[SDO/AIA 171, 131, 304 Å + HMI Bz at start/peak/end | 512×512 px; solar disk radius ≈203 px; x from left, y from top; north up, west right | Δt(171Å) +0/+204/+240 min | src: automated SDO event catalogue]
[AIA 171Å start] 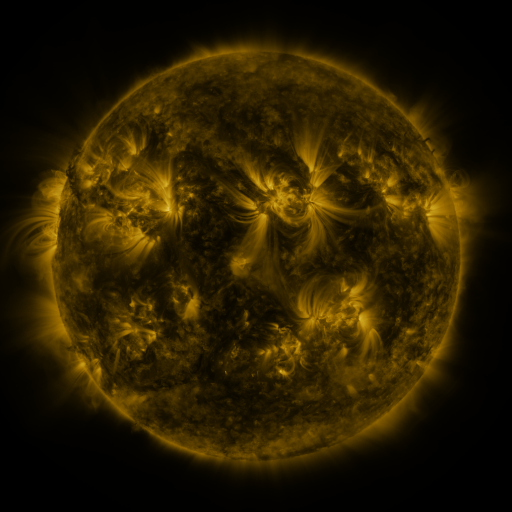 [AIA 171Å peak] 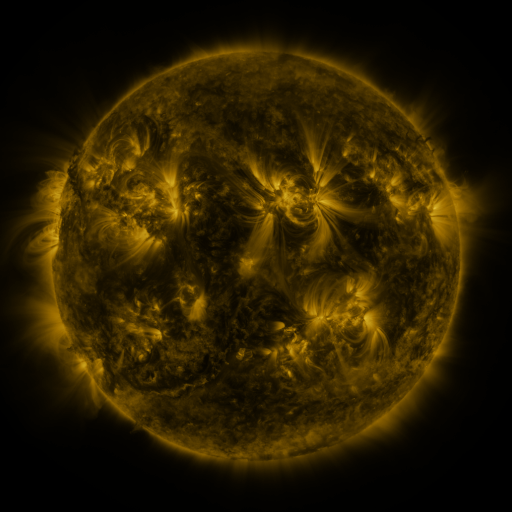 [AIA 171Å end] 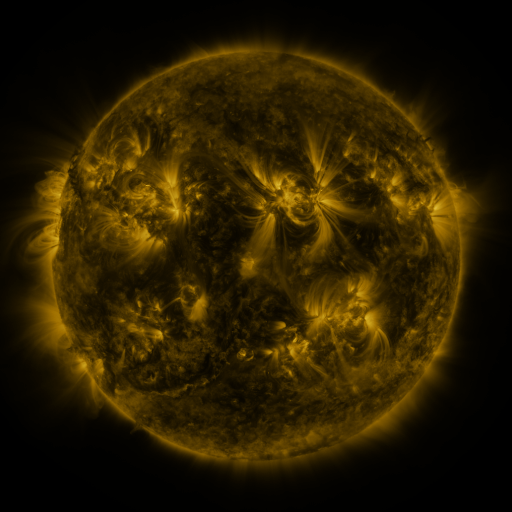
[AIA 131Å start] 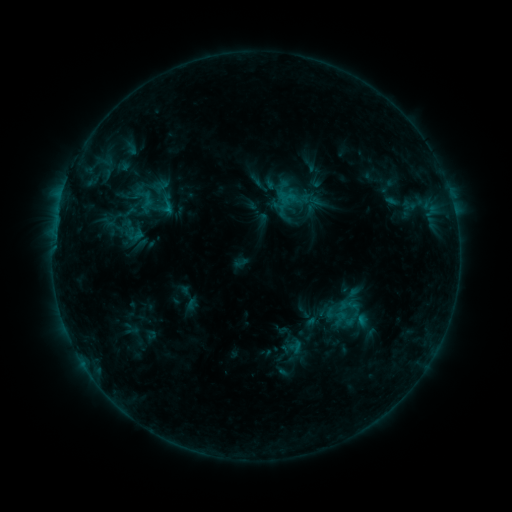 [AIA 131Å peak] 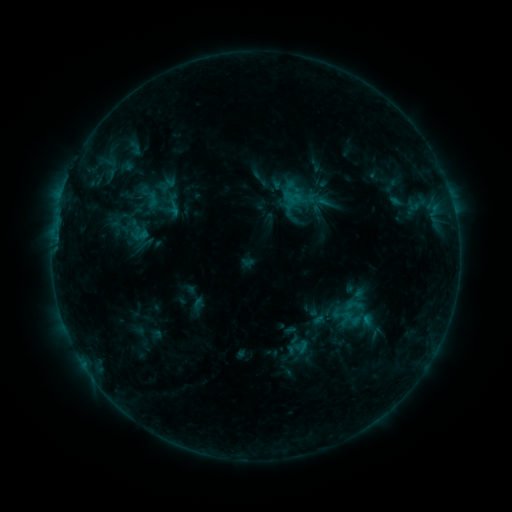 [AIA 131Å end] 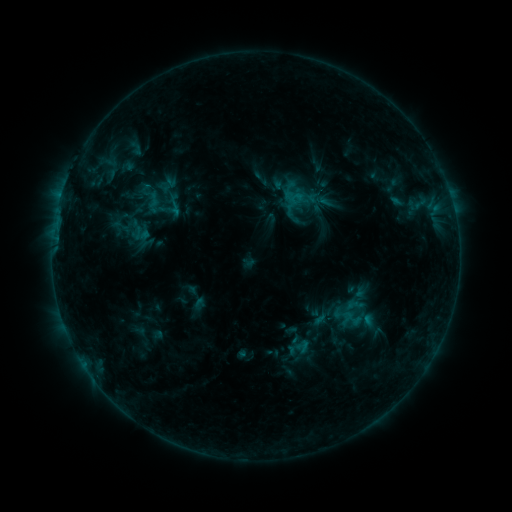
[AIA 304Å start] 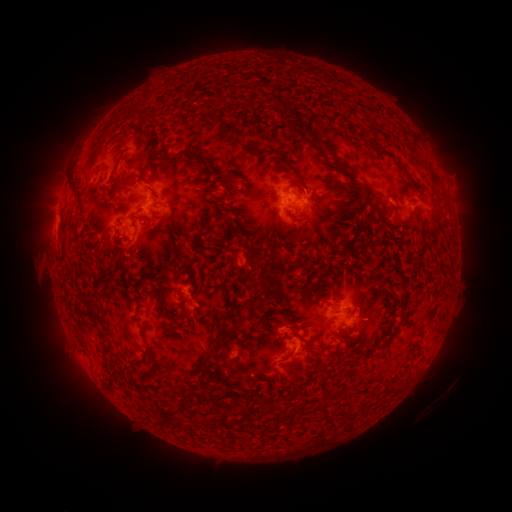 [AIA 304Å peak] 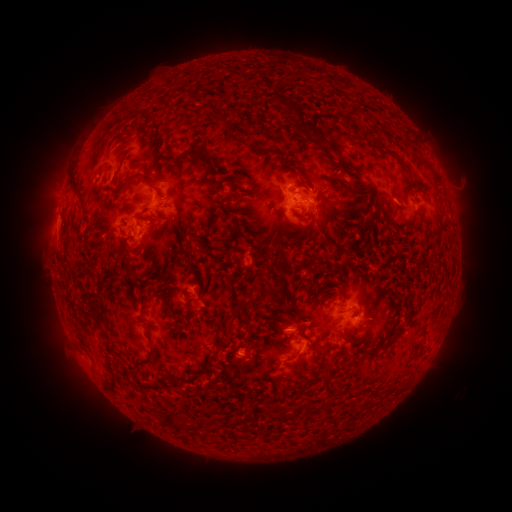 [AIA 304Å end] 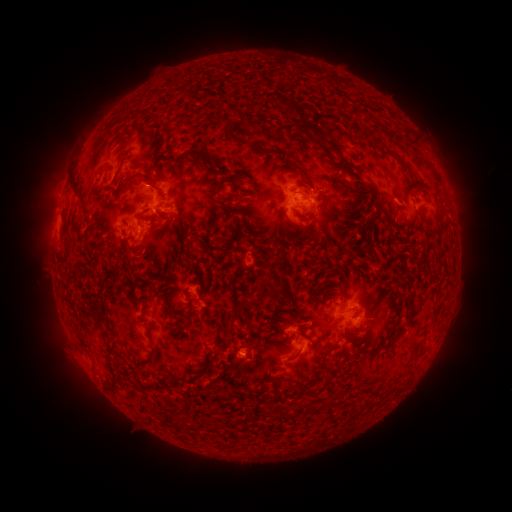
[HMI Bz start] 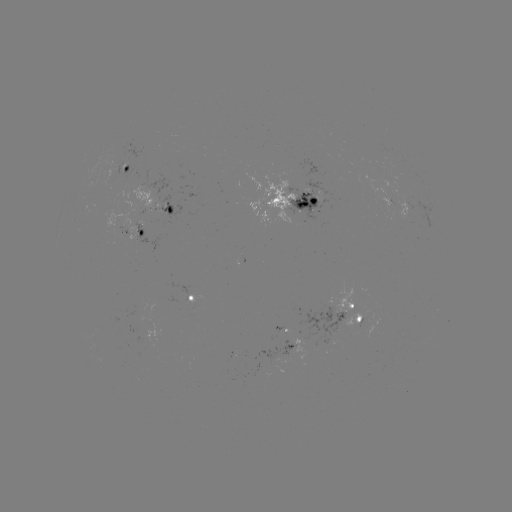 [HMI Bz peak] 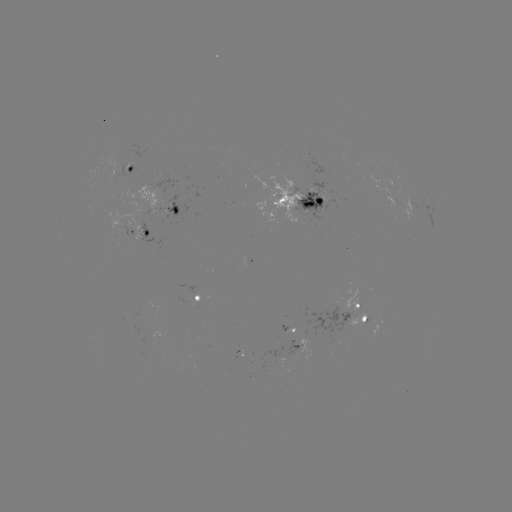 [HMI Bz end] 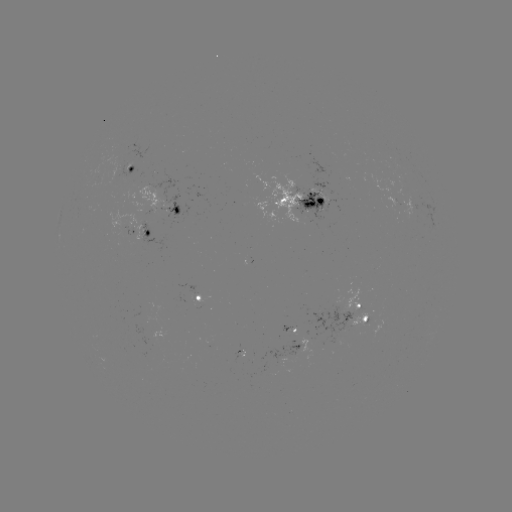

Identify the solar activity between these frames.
emerging-flux region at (205, 307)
